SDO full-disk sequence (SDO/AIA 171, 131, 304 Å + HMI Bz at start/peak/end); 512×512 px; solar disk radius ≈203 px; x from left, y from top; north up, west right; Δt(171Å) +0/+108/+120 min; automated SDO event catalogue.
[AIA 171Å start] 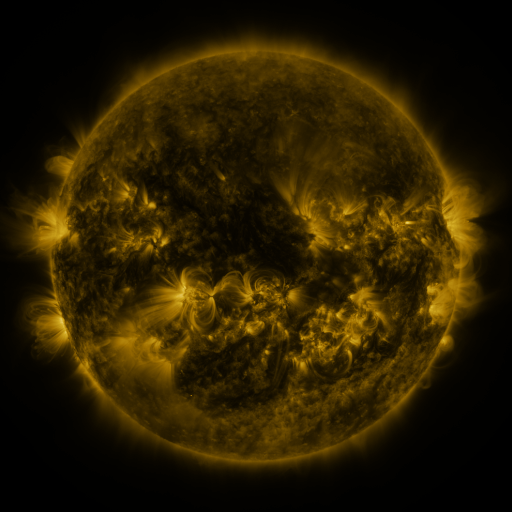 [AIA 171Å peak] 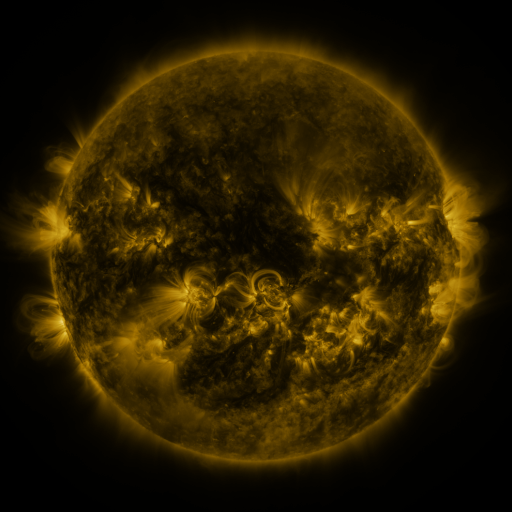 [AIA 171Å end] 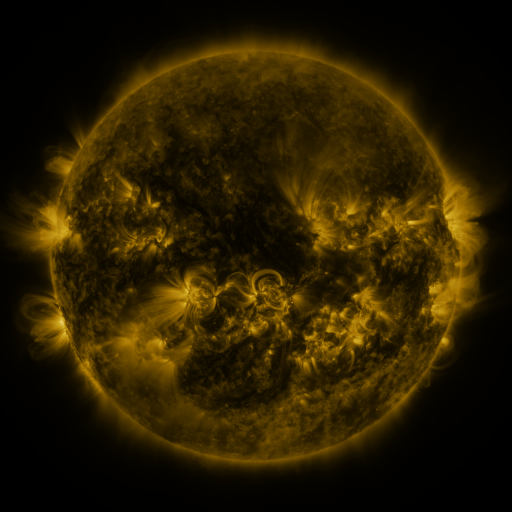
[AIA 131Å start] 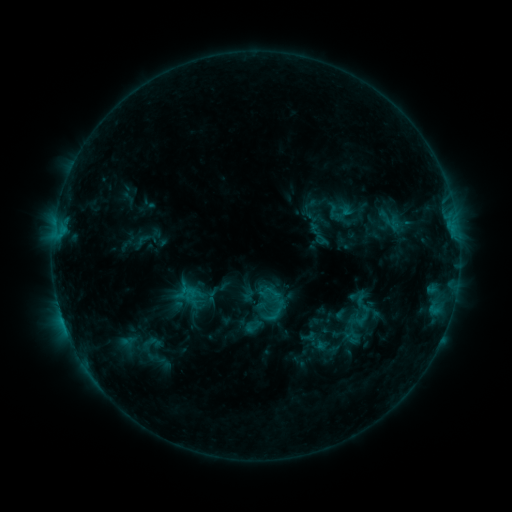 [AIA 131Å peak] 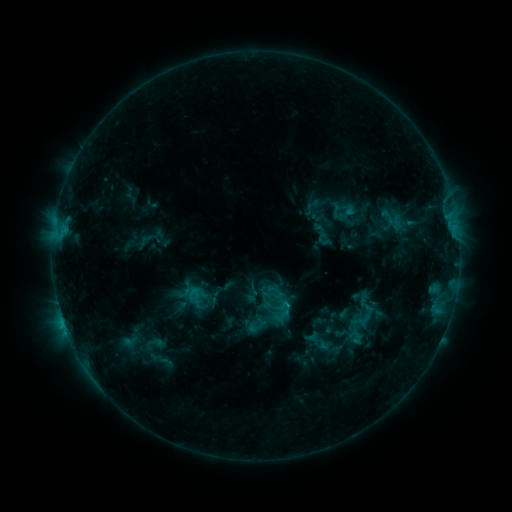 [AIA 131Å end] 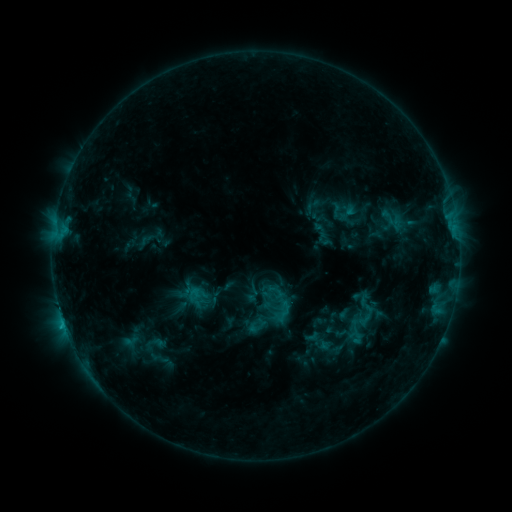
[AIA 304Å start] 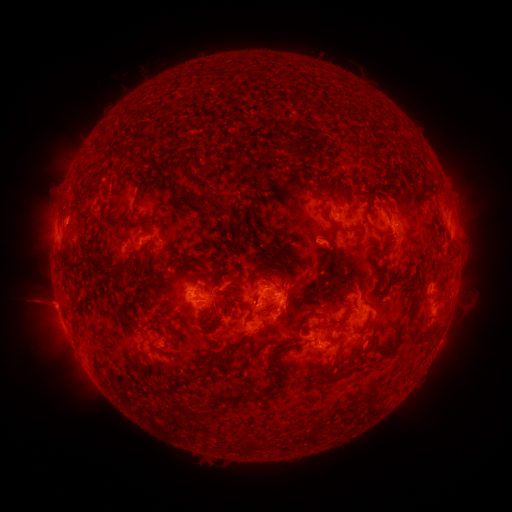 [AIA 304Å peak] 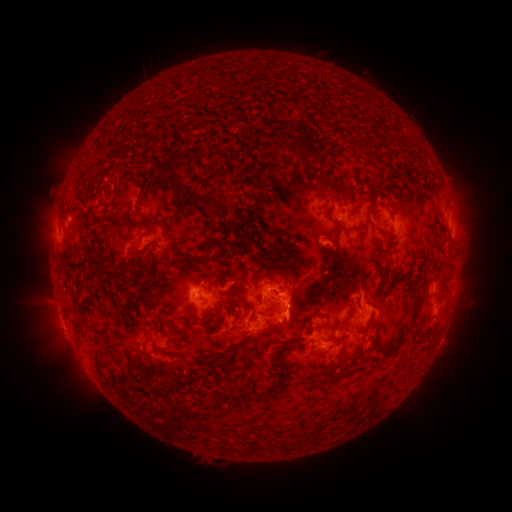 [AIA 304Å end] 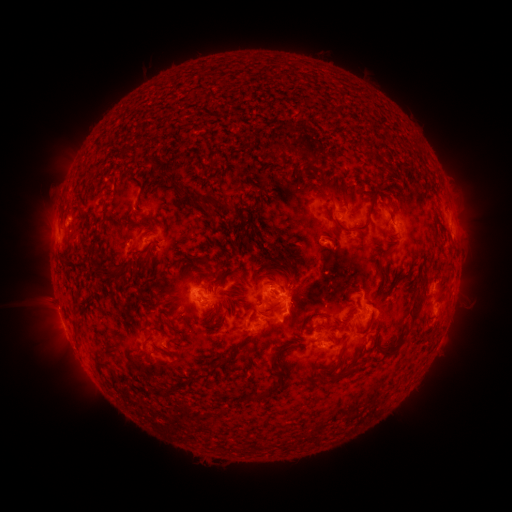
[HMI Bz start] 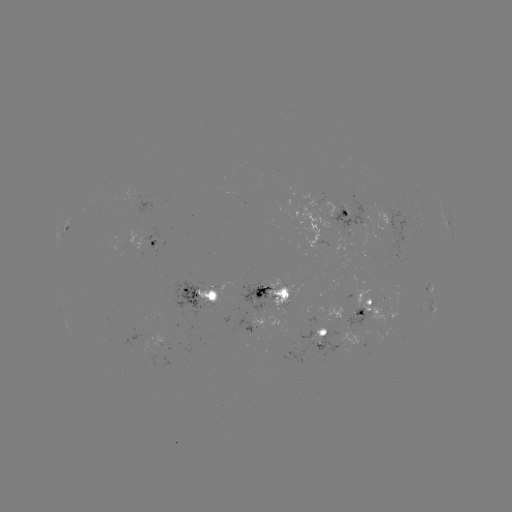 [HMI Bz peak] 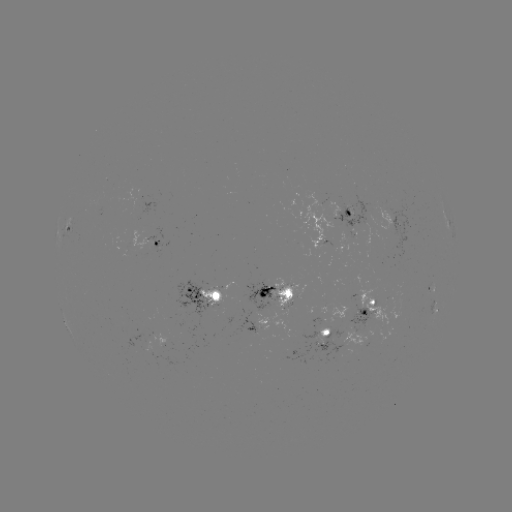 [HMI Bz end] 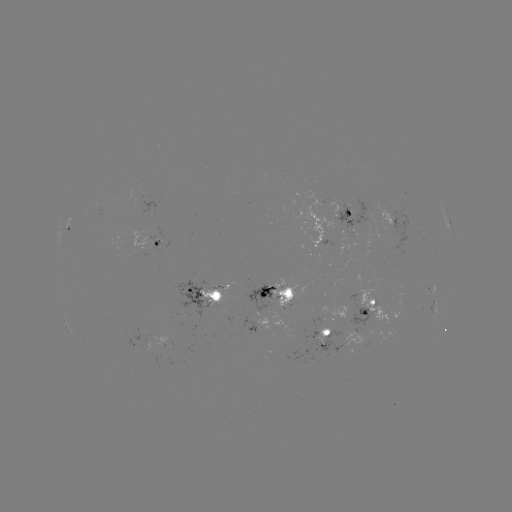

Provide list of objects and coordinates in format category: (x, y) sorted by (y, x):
emerging-flux region: (262, 296)
